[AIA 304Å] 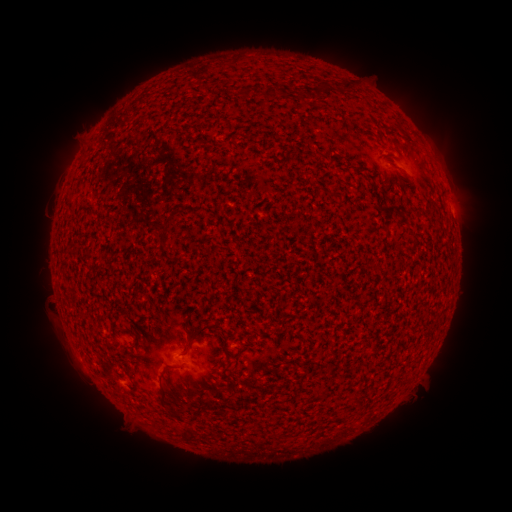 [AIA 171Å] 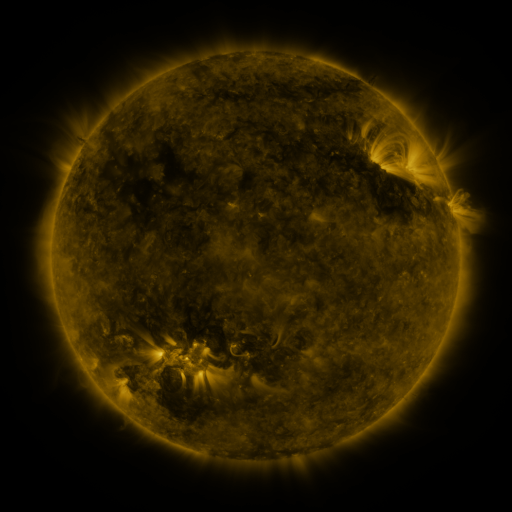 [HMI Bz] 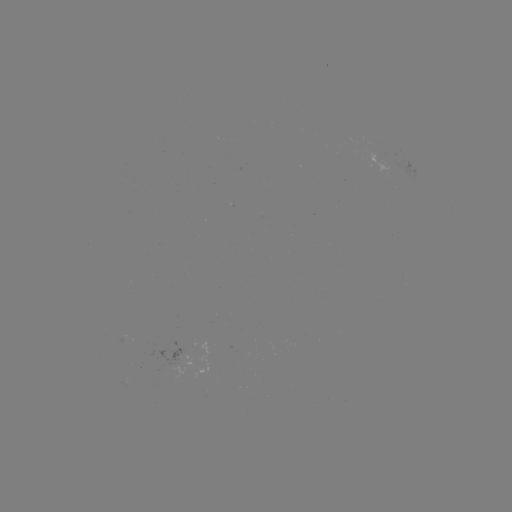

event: spotted active region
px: (185, 355)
